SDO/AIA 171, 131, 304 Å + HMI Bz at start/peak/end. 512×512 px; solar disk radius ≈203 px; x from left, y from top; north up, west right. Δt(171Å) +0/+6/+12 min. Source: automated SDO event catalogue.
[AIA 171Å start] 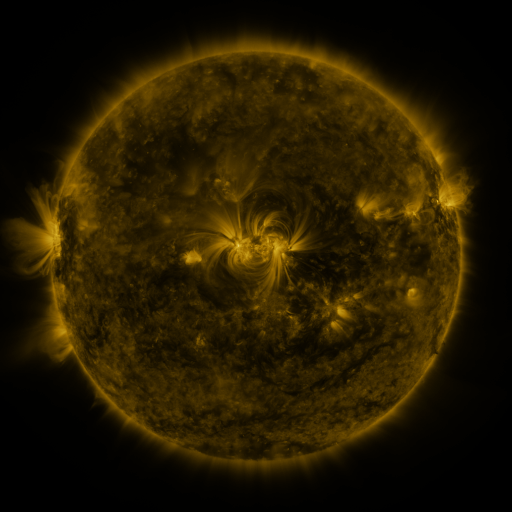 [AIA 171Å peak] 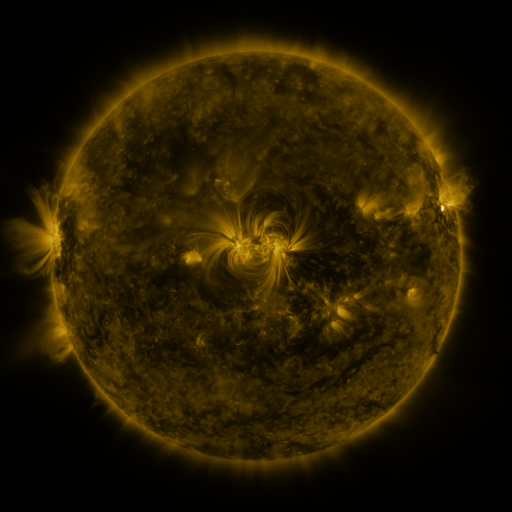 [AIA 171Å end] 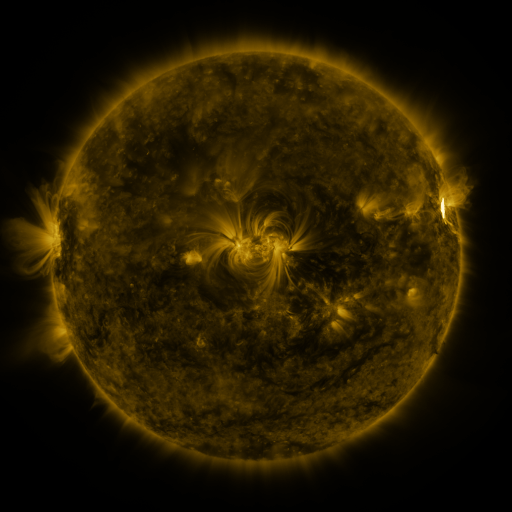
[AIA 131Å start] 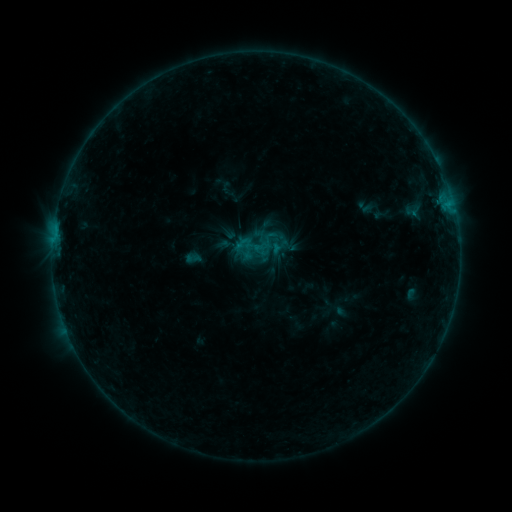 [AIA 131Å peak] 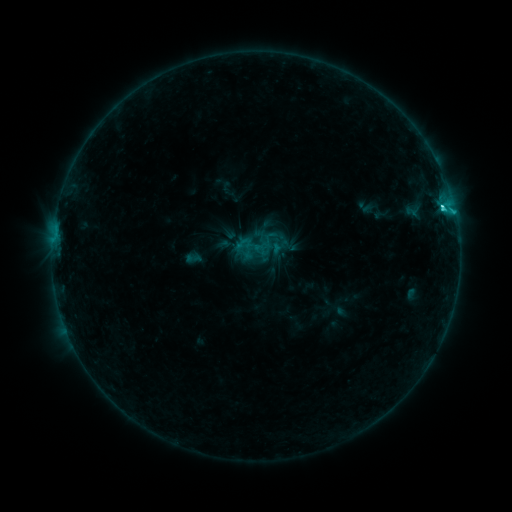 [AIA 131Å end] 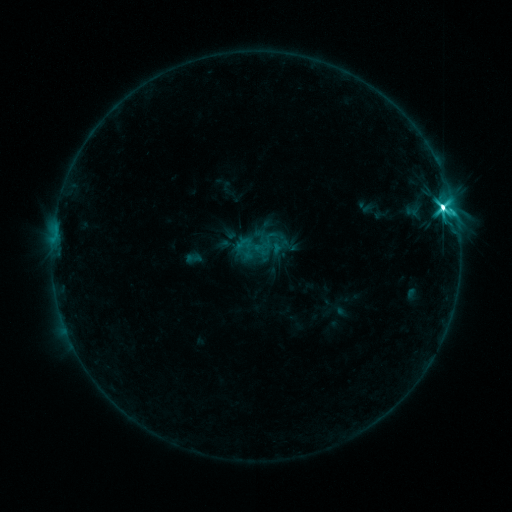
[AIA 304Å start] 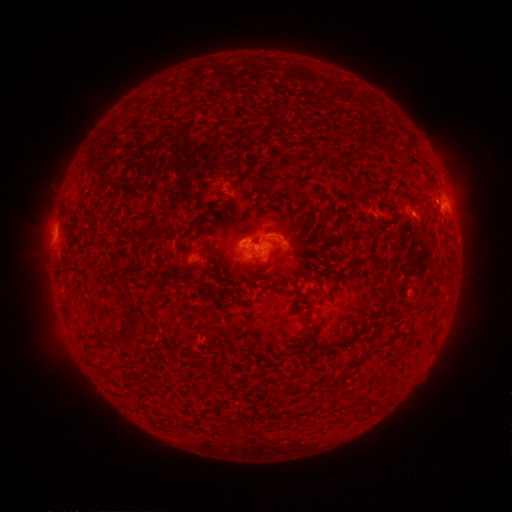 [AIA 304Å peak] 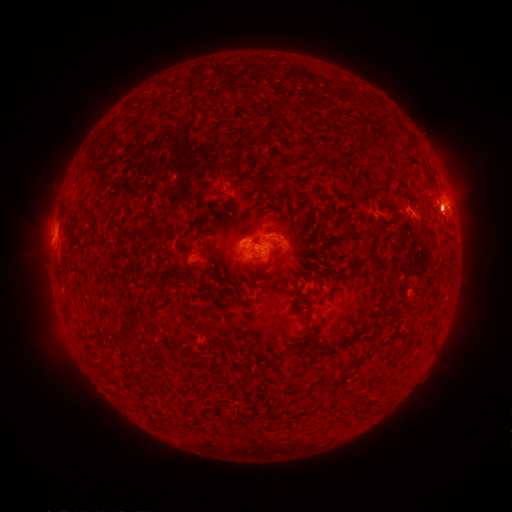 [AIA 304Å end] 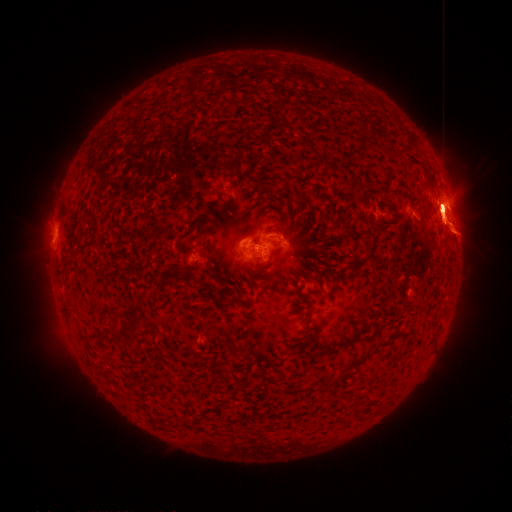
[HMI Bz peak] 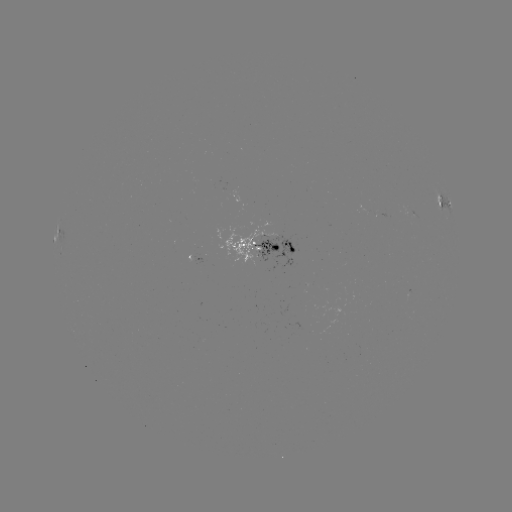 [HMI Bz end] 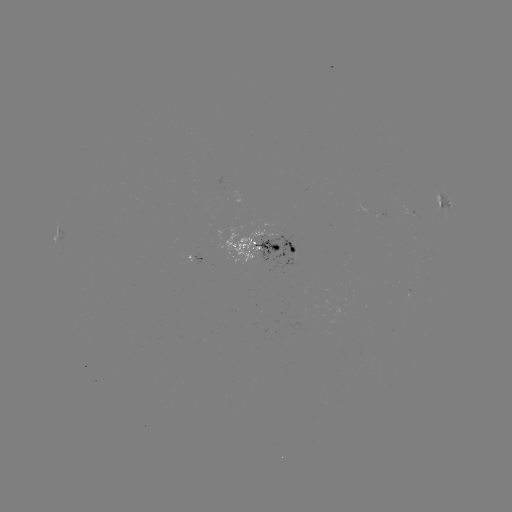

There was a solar flare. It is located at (441, 208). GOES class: M2.5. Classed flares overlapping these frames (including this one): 2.